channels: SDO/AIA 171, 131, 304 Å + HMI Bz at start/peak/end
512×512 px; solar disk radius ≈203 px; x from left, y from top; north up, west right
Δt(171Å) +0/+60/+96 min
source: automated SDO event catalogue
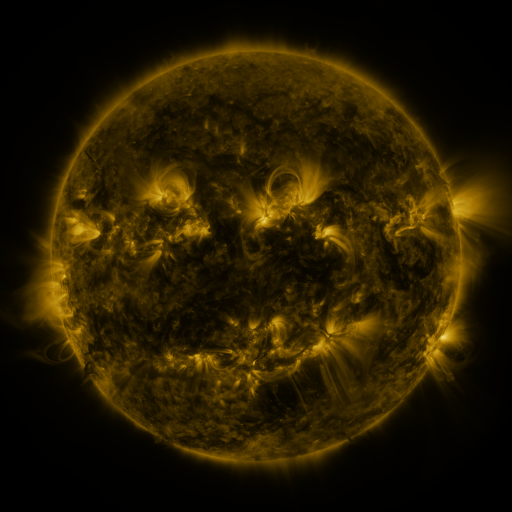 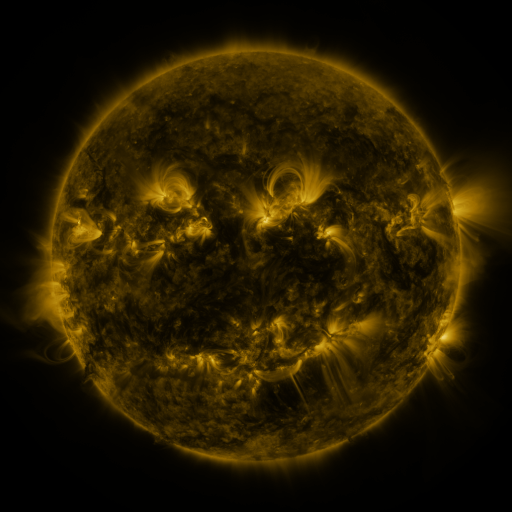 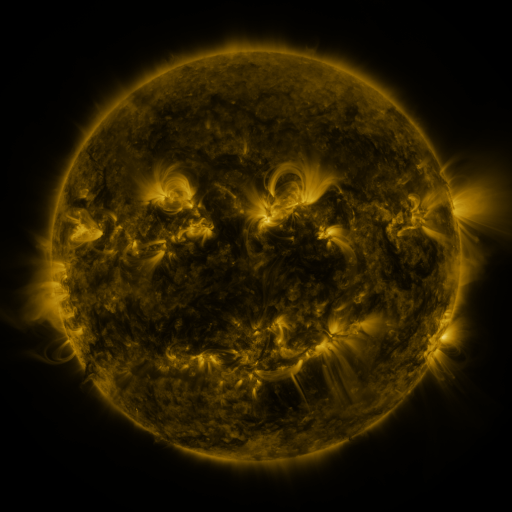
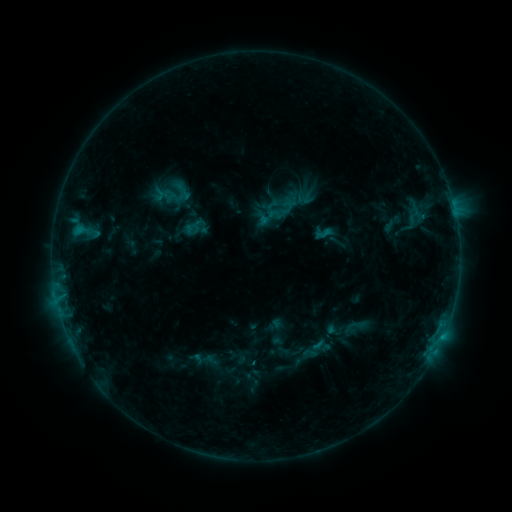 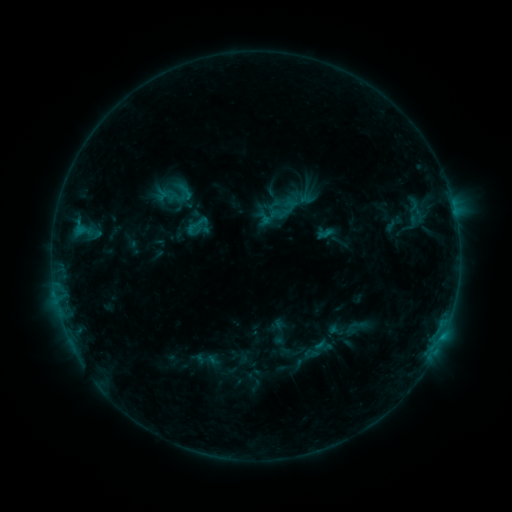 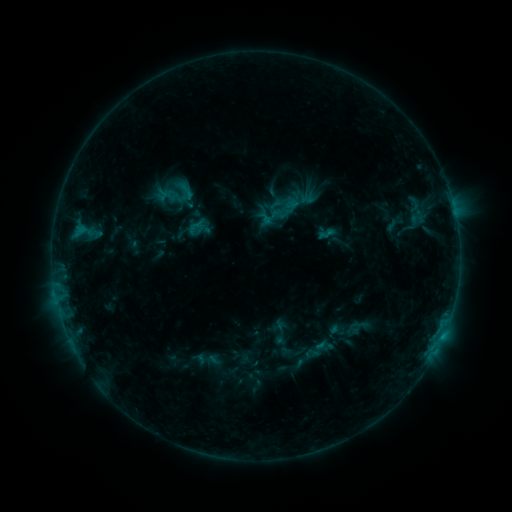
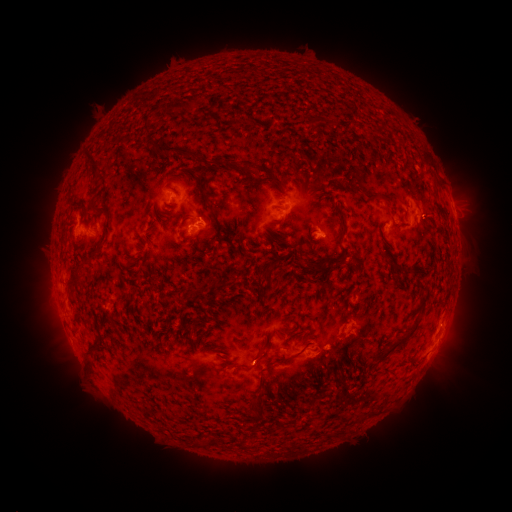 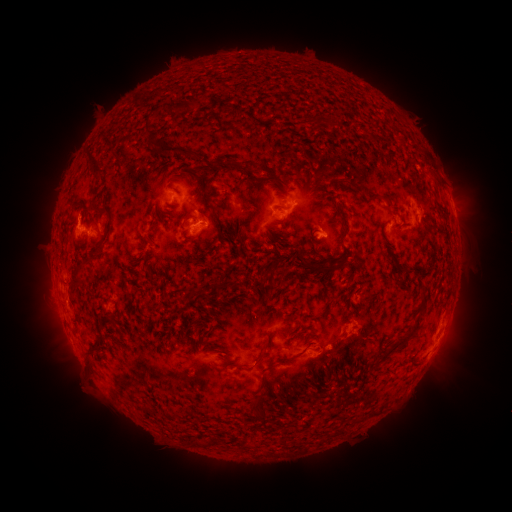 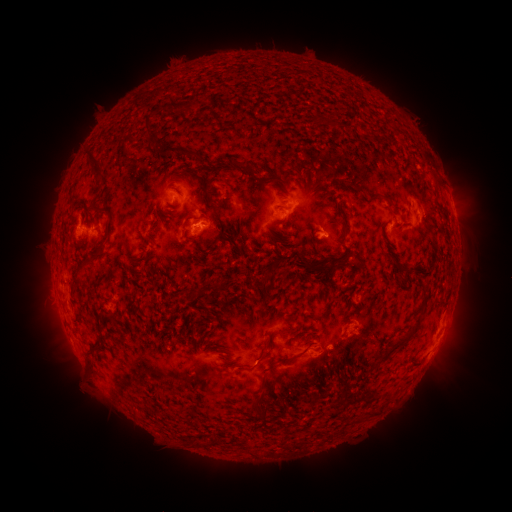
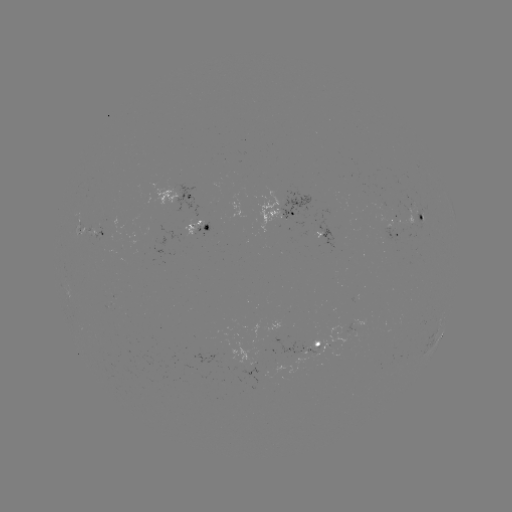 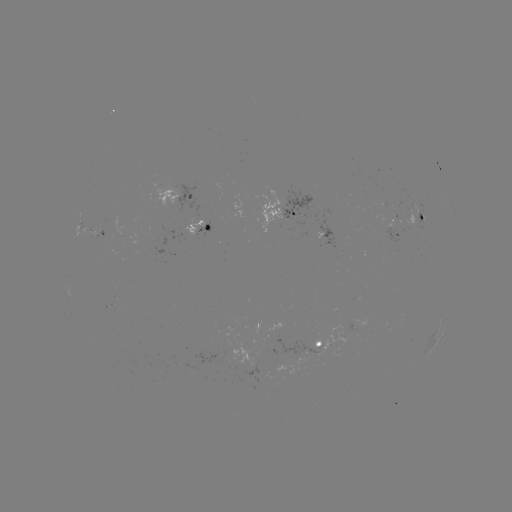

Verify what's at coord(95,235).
emerging-flux region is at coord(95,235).